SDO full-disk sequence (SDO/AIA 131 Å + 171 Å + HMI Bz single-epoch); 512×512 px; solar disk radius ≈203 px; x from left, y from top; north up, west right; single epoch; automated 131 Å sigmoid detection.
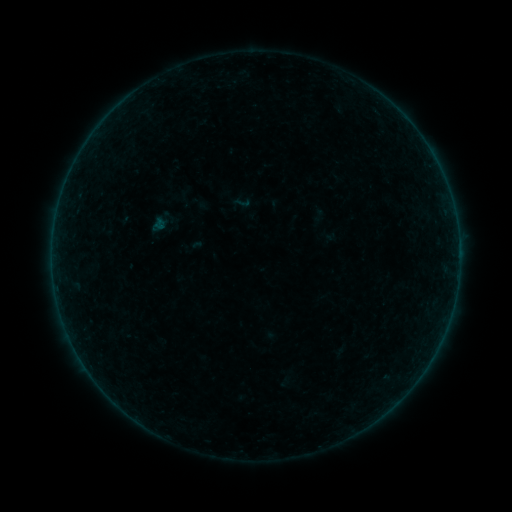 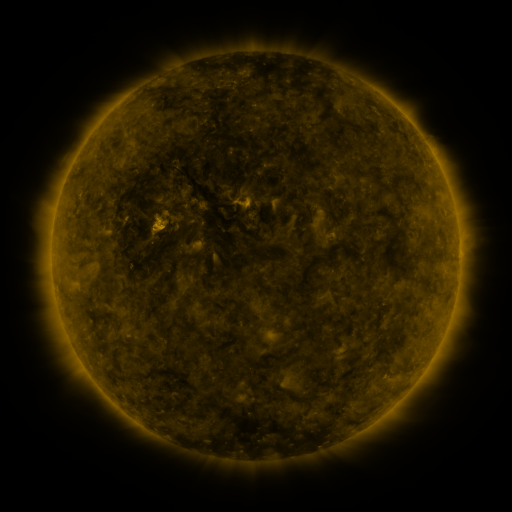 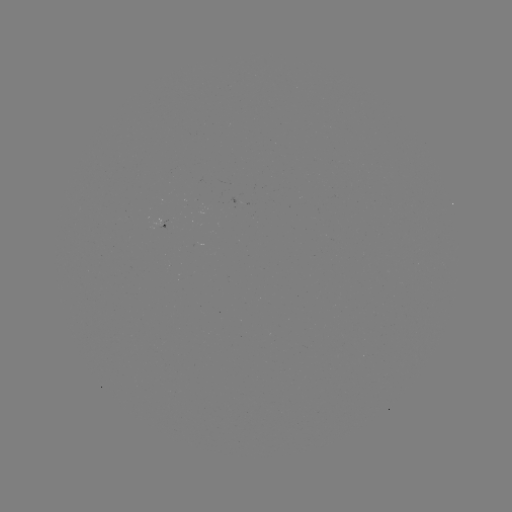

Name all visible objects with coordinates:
sigmoid: (242, 202)
